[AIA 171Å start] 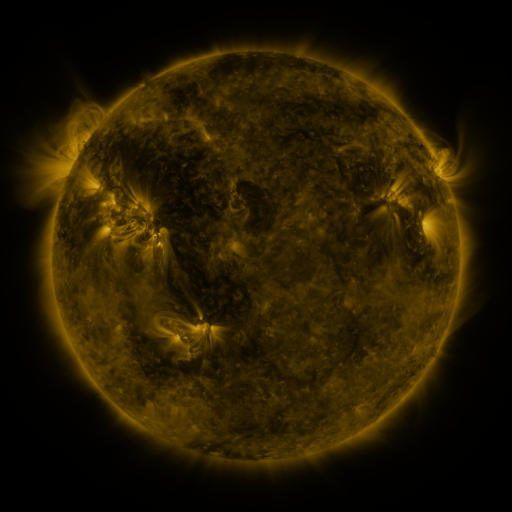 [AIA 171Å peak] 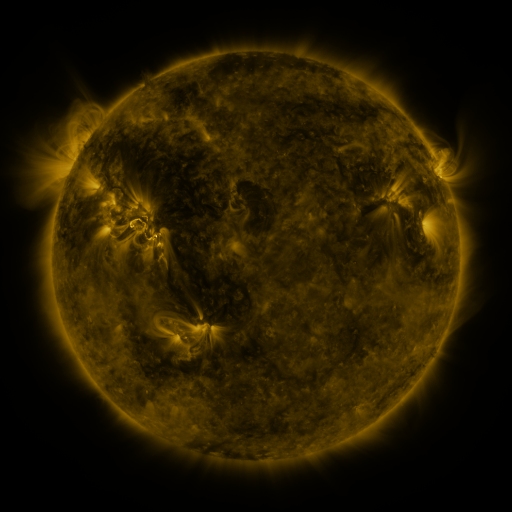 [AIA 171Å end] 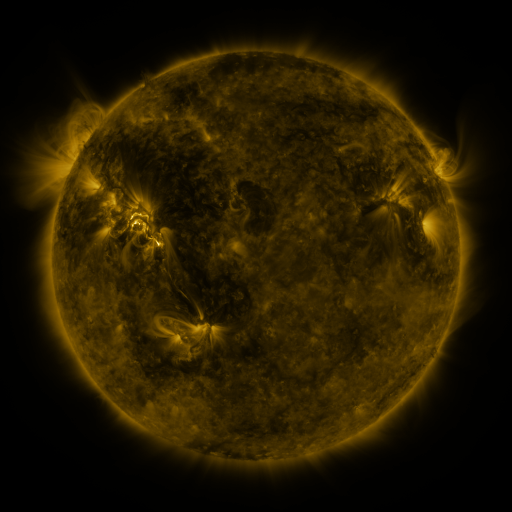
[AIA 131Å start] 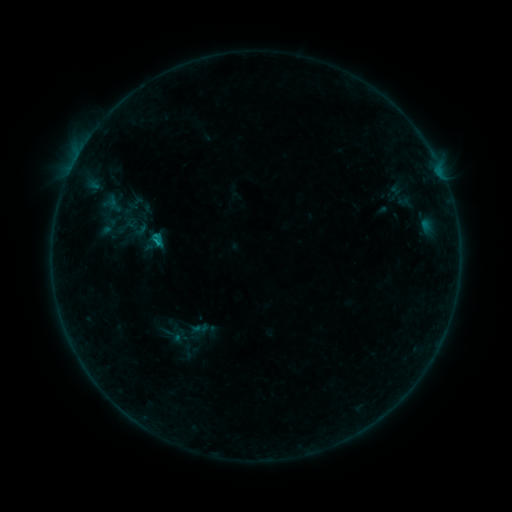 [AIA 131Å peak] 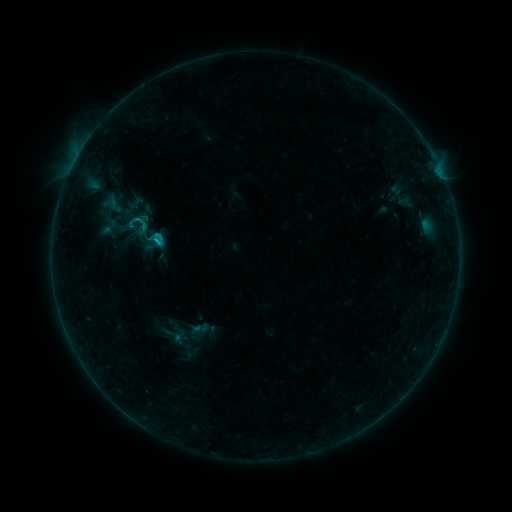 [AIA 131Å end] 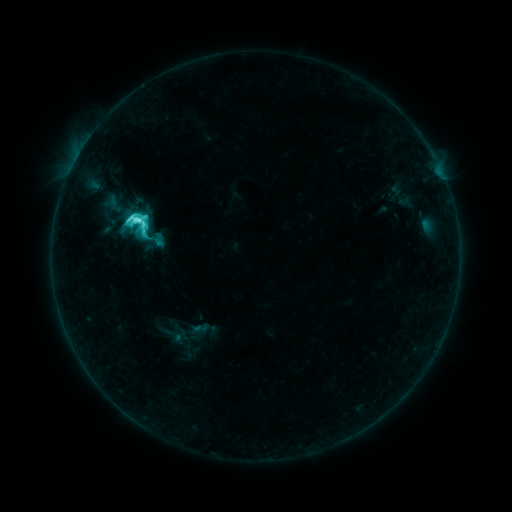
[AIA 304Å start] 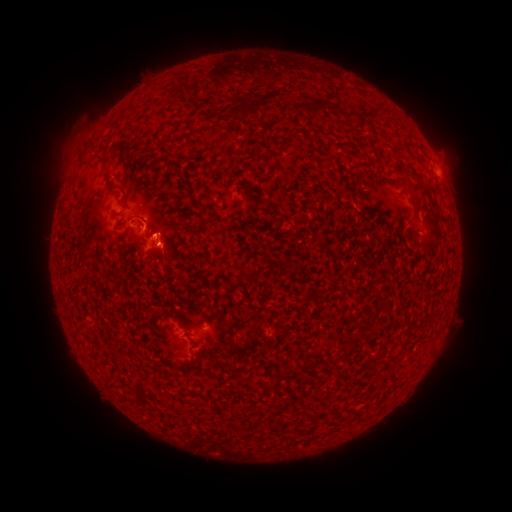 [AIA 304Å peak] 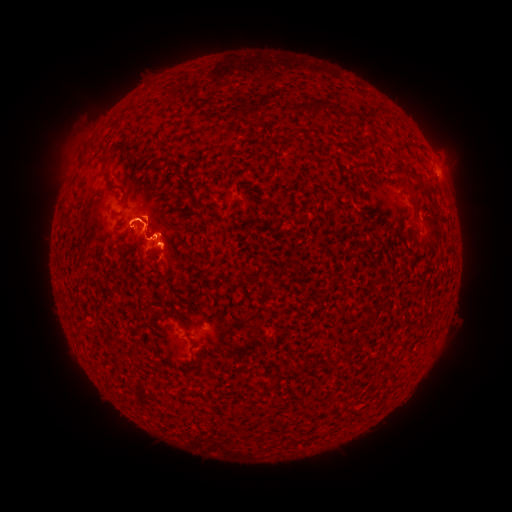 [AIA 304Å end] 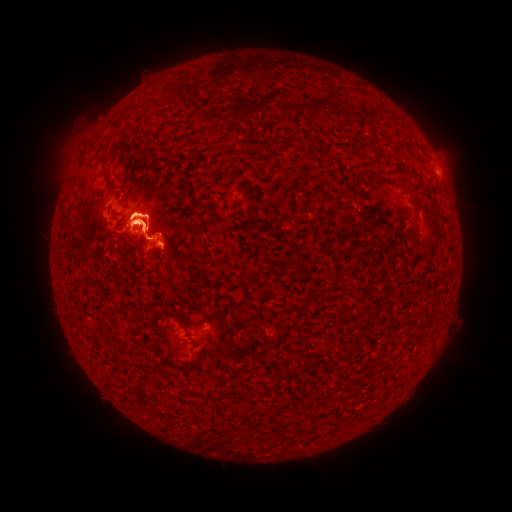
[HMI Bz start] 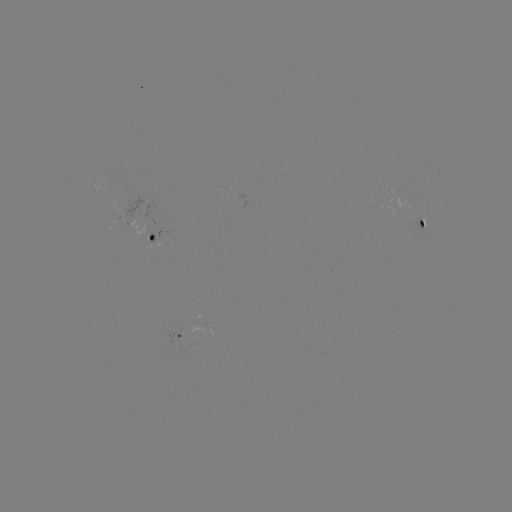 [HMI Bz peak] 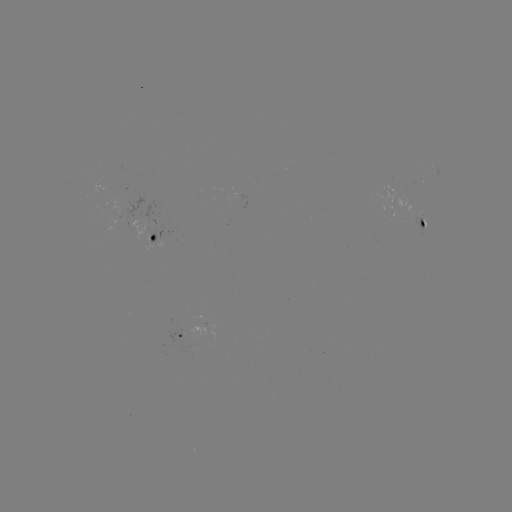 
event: eruption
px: (84, 222)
